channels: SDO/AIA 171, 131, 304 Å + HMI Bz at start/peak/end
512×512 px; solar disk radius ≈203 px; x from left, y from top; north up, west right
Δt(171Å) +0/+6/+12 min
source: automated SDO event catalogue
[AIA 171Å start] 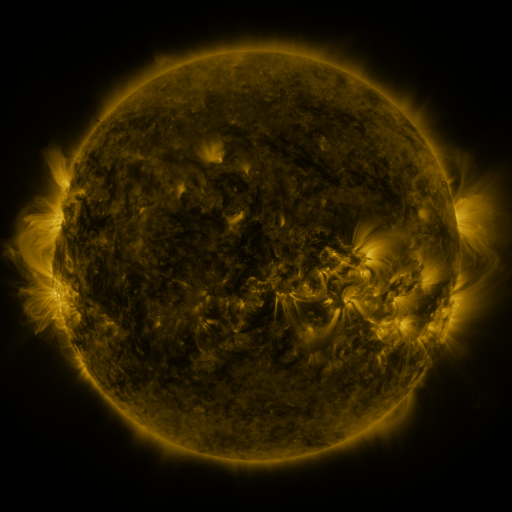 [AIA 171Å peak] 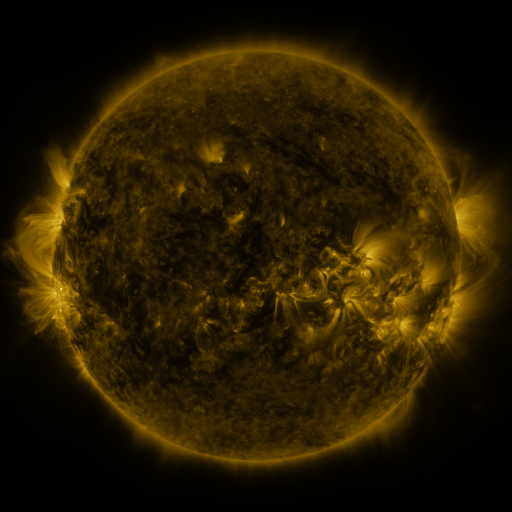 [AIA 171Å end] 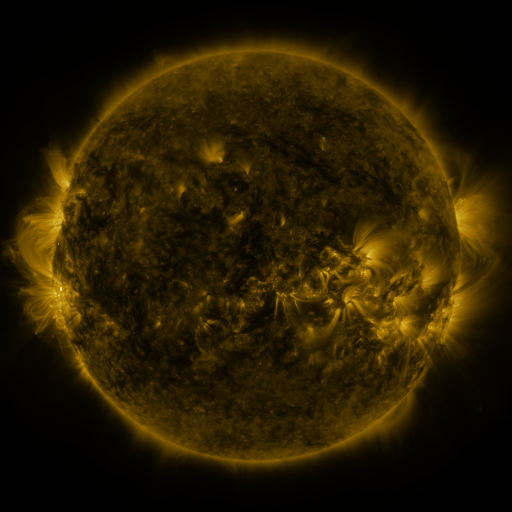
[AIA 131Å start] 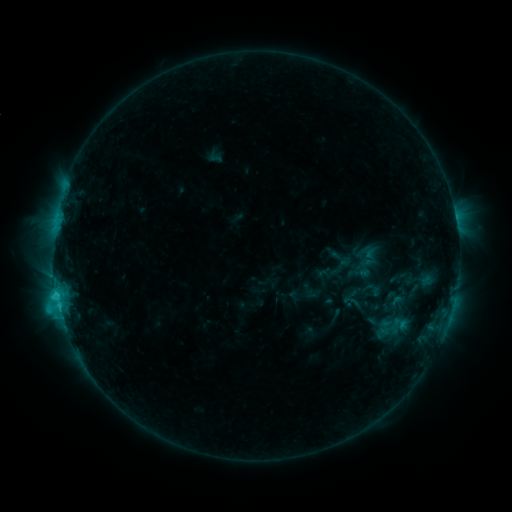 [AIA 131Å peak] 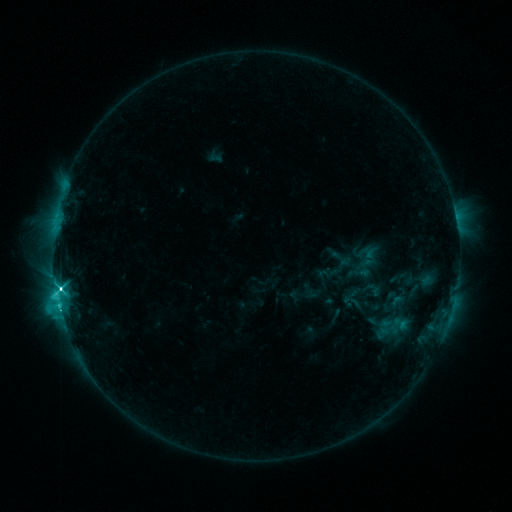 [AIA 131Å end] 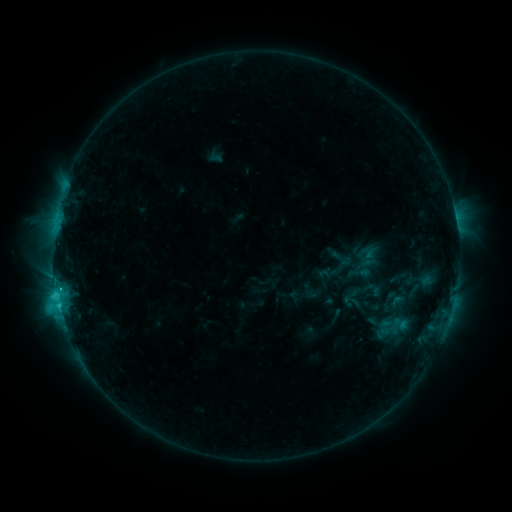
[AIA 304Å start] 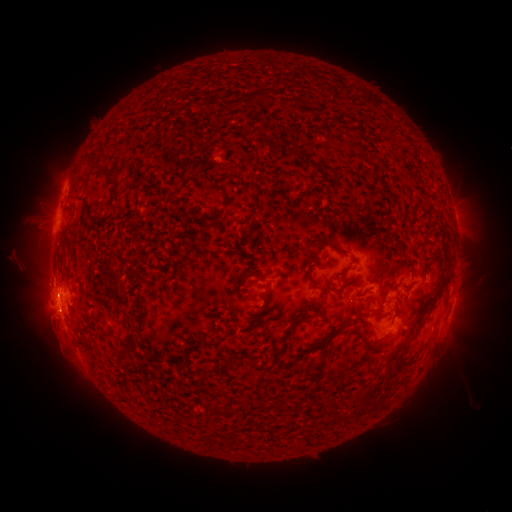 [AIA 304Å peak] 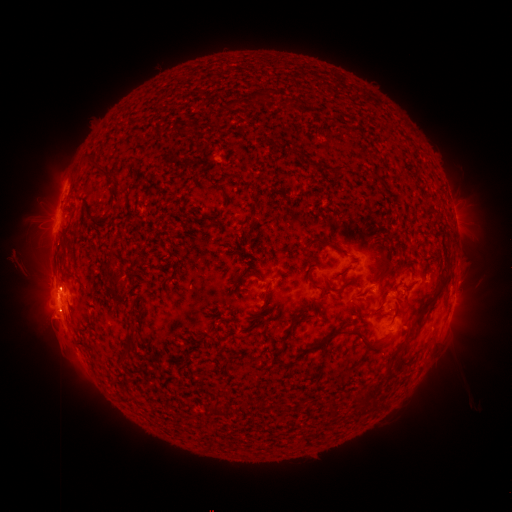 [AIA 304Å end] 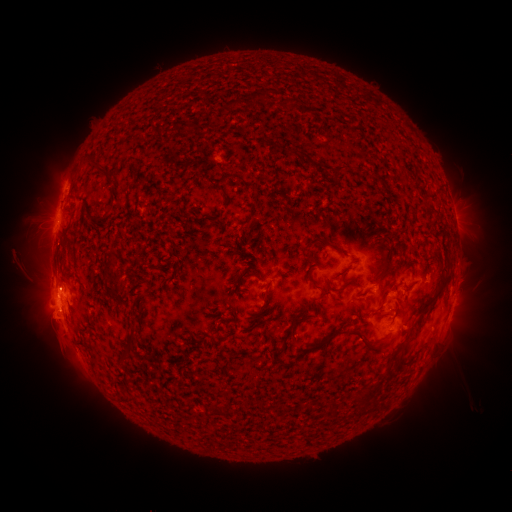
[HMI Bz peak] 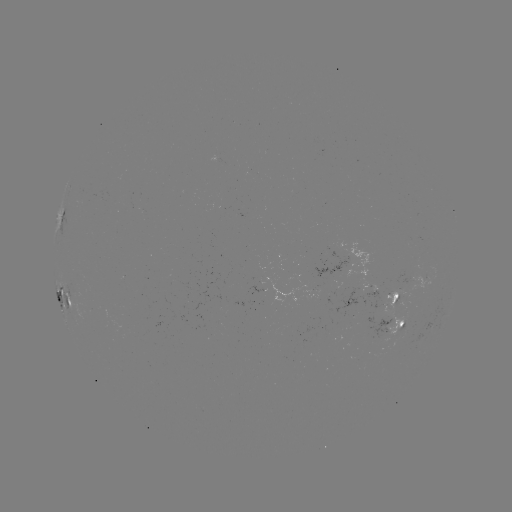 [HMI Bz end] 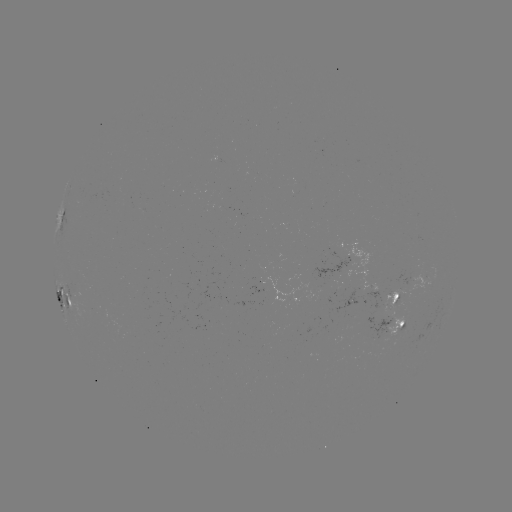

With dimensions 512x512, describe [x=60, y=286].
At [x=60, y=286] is C9.2 flare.